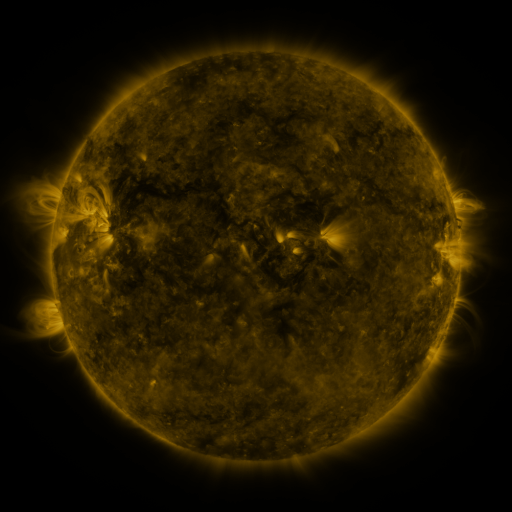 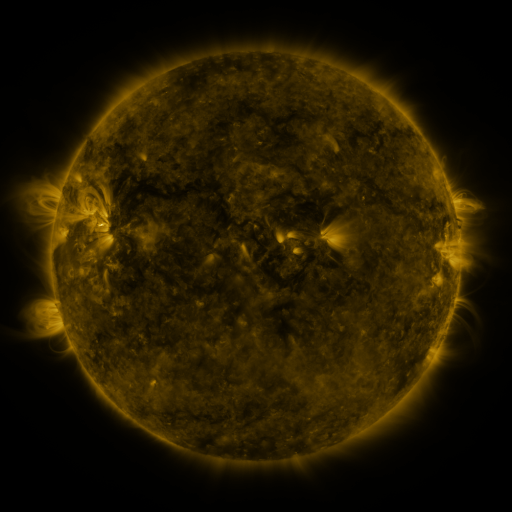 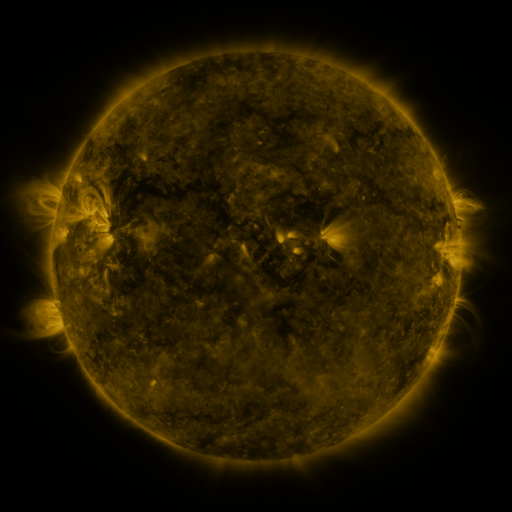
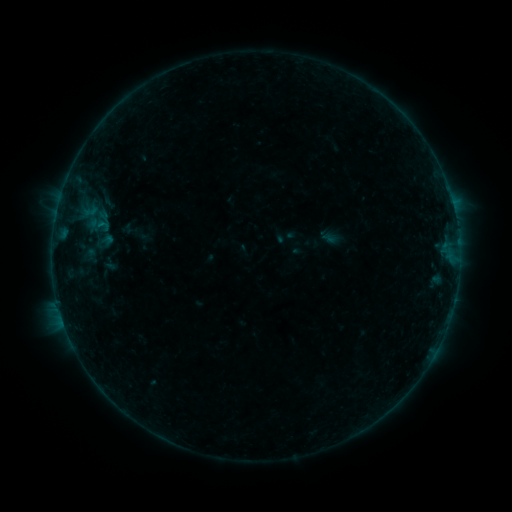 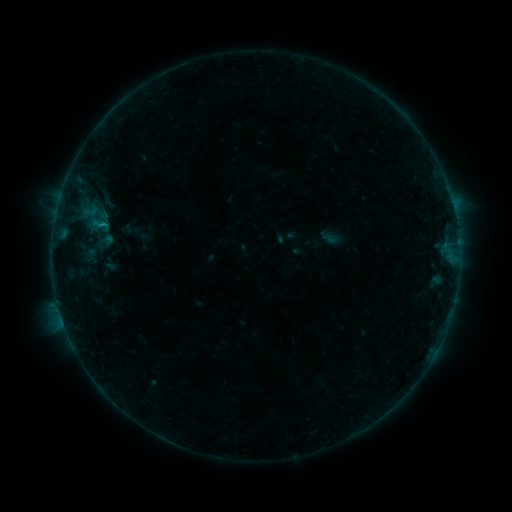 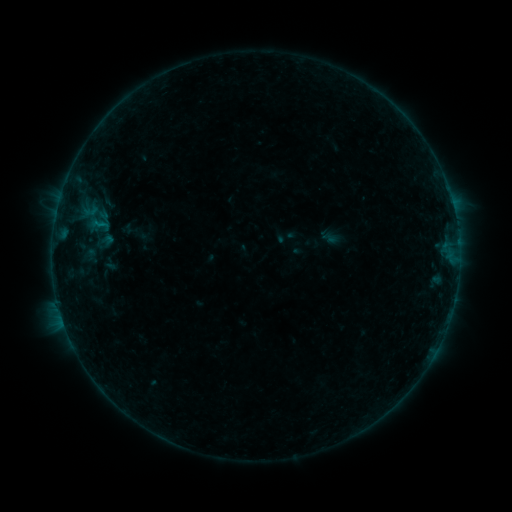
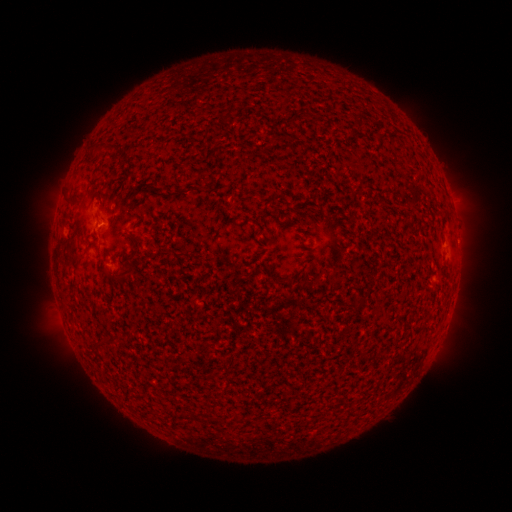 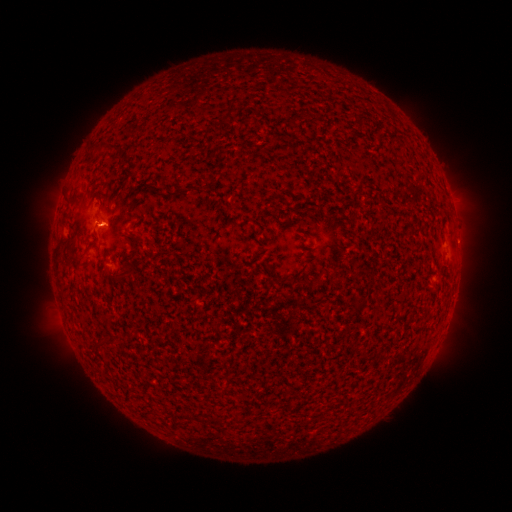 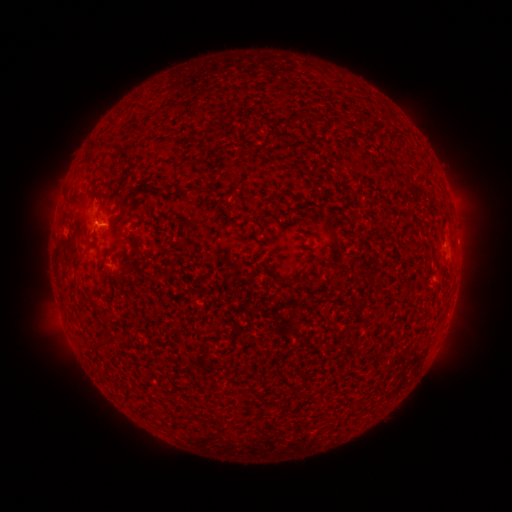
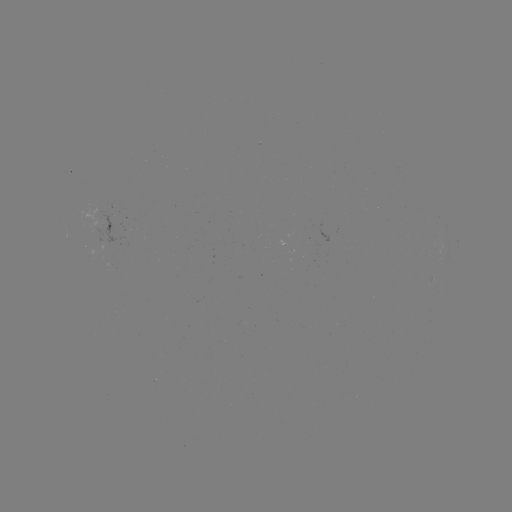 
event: flare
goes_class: B1.9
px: (106, 226)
